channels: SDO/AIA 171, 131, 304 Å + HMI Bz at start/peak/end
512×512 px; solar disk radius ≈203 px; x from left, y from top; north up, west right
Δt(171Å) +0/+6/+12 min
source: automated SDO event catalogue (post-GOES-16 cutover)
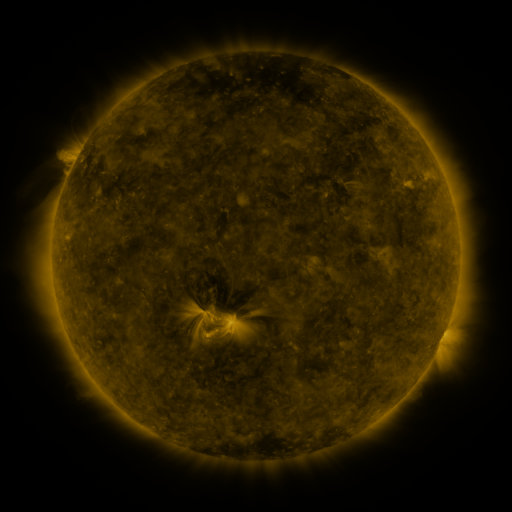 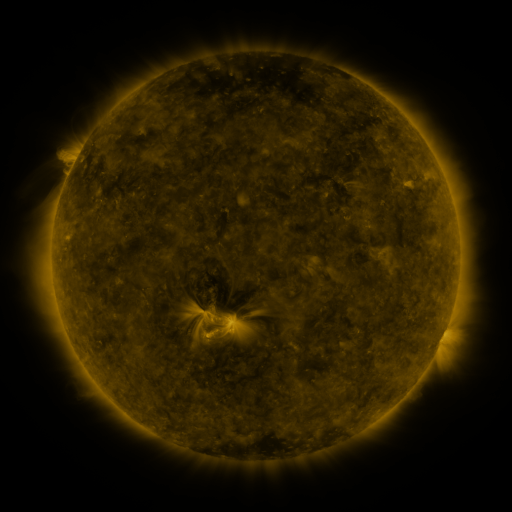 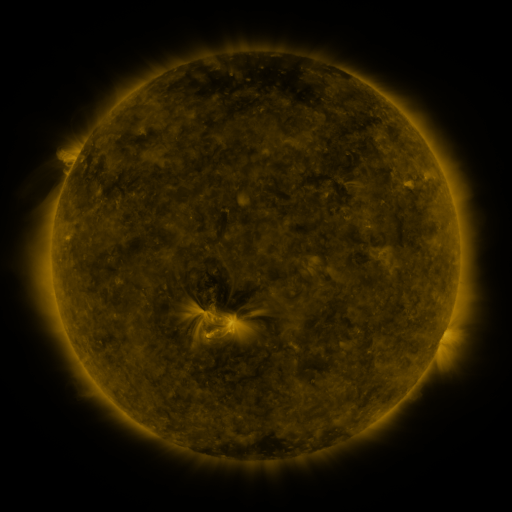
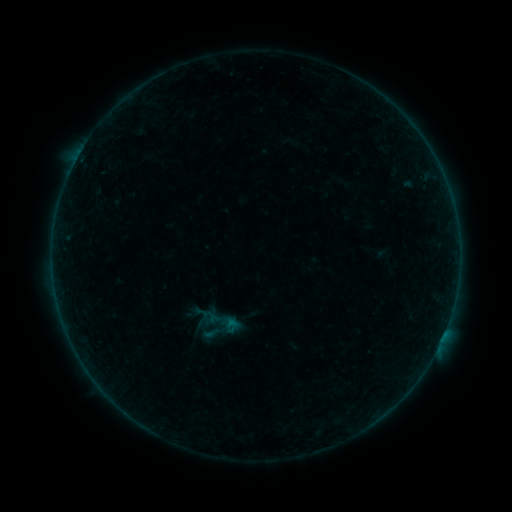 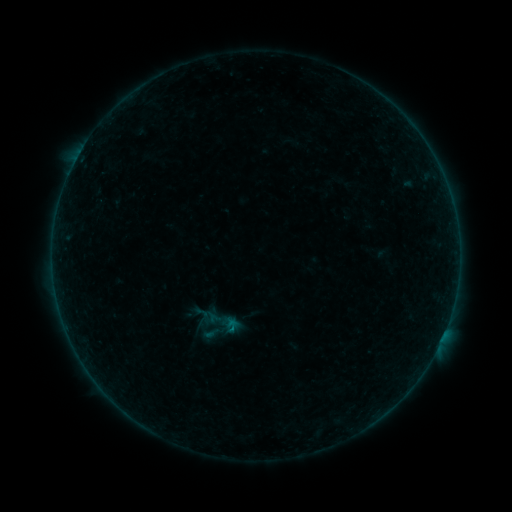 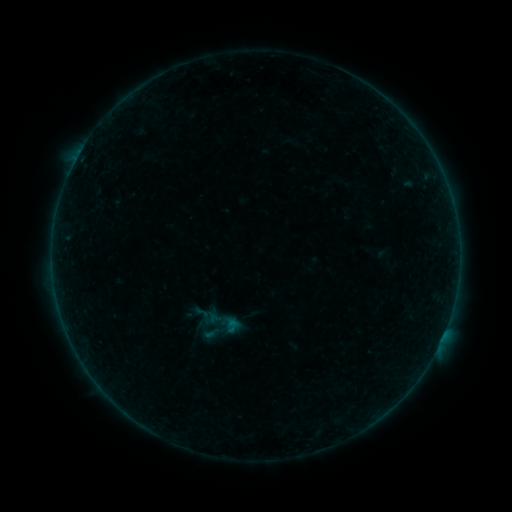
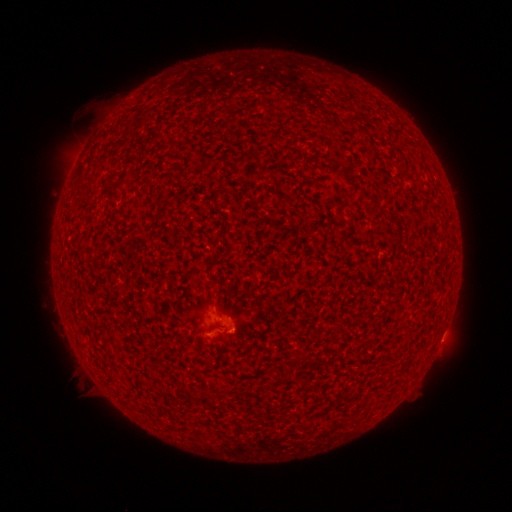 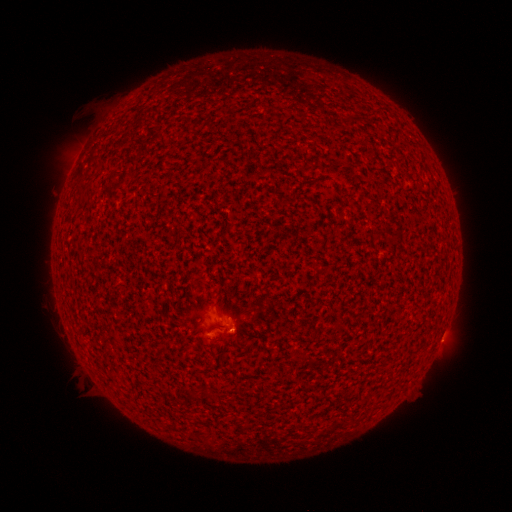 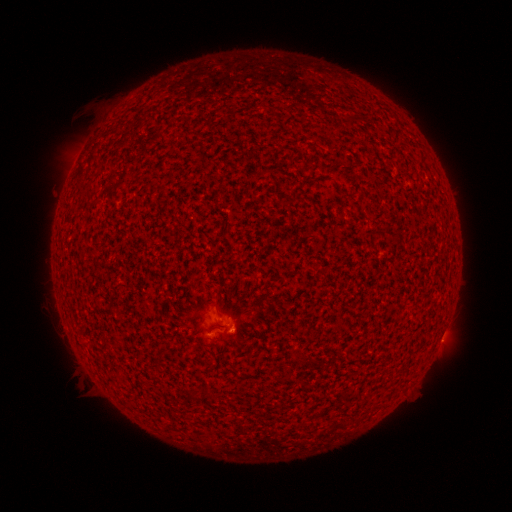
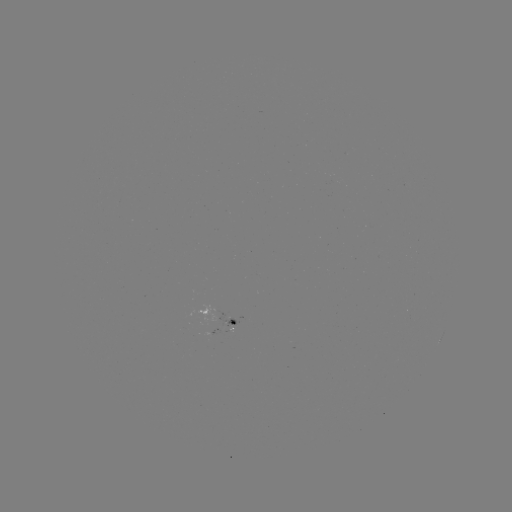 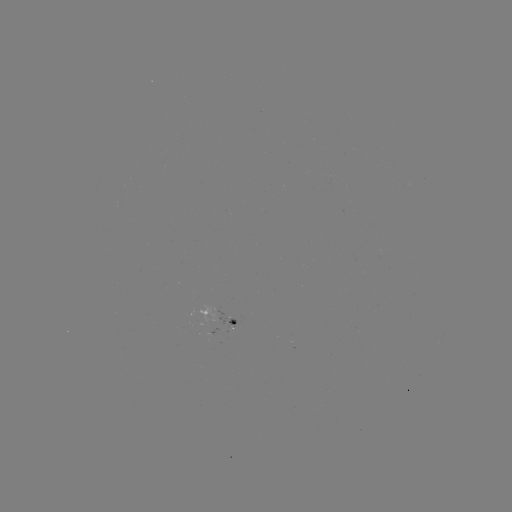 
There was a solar flare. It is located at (231, 327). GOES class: B1.0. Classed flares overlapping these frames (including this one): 1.